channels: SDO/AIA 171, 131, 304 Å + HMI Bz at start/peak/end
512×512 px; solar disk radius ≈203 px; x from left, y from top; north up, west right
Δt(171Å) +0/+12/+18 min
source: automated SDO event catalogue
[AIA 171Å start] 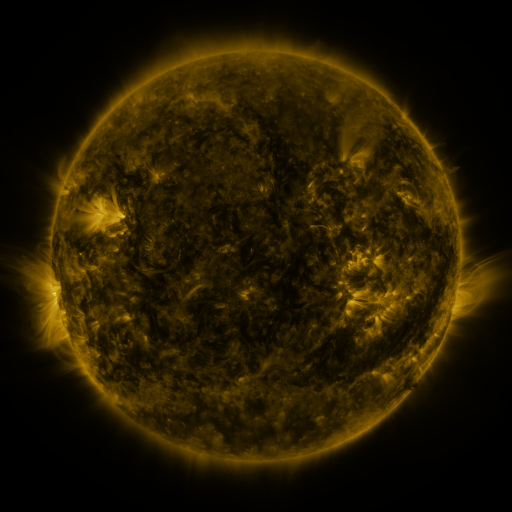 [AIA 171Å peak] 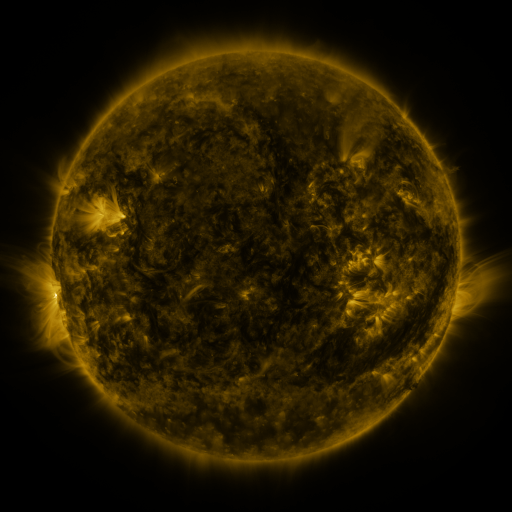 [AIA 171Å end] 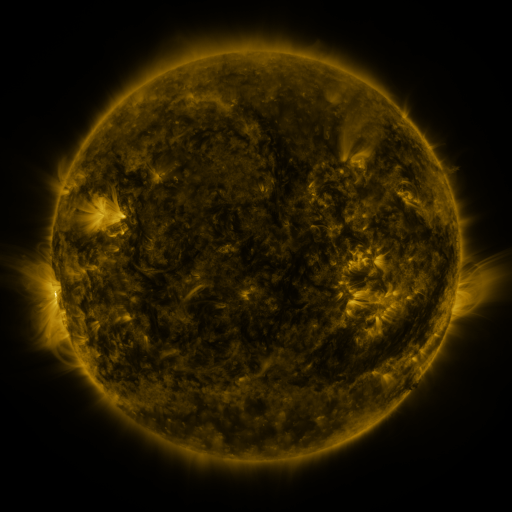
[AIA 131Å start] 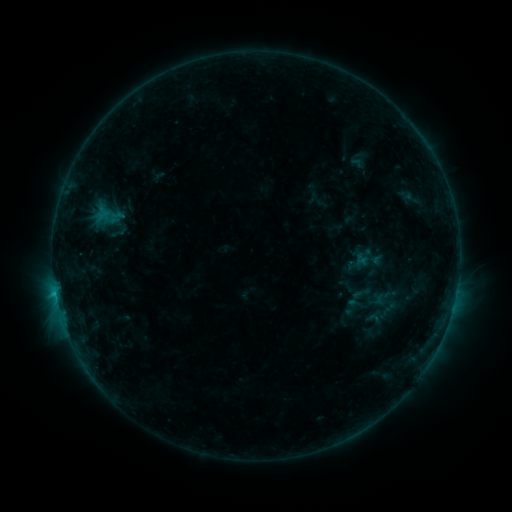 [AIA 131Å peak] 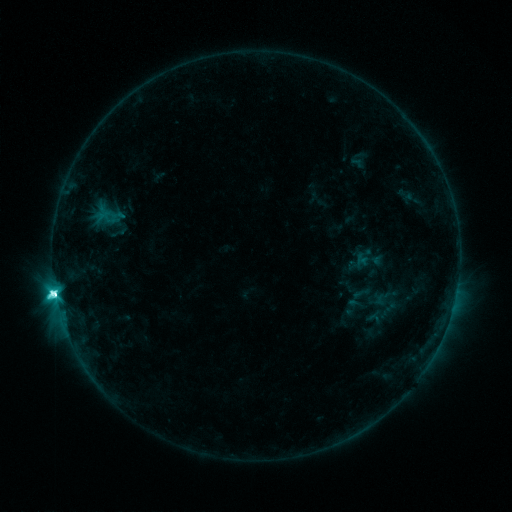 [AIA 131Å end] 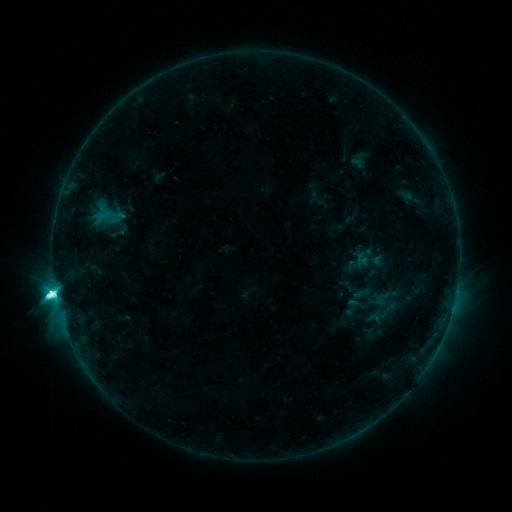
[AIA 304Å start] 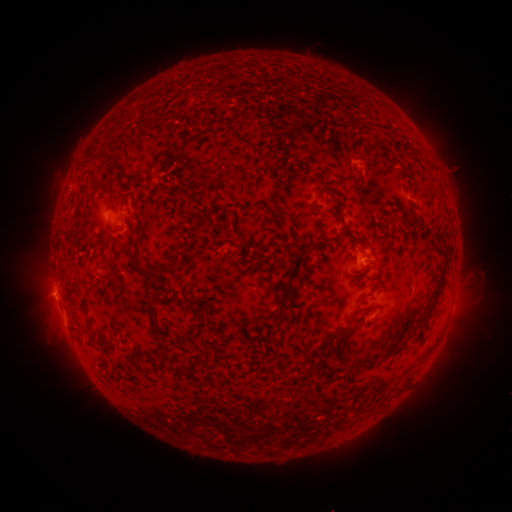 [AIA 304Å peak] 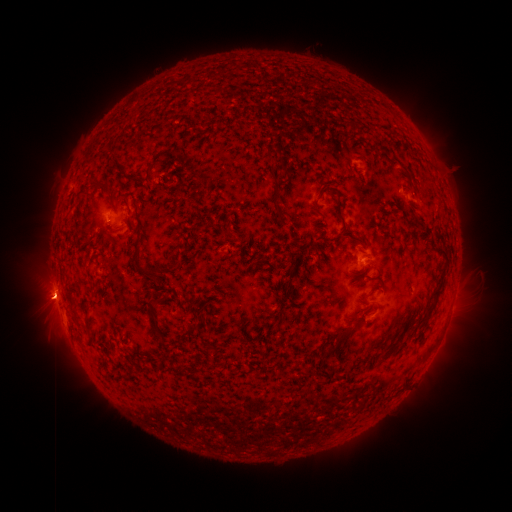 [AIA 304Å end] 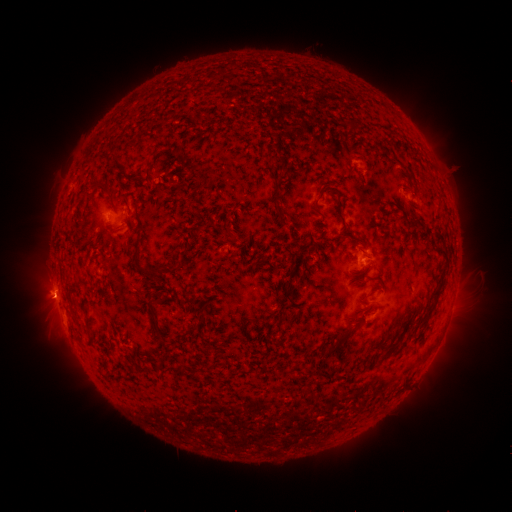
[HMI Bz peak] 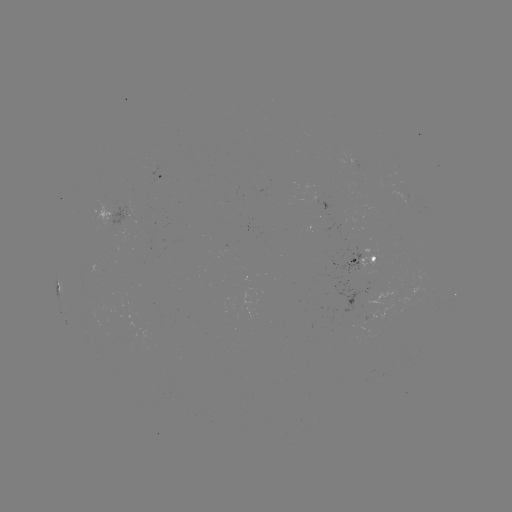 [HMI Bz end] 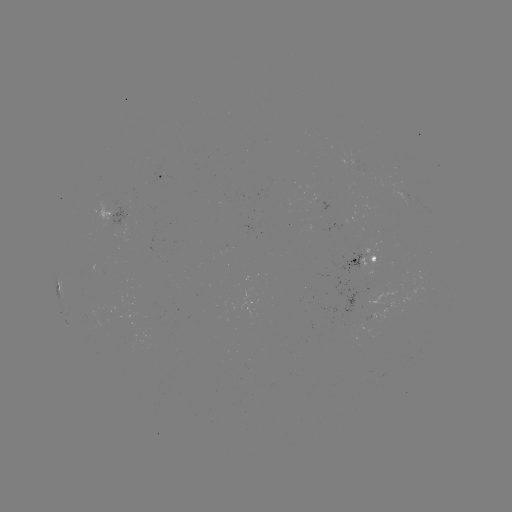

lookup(M1.4 flare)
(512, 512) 56,294